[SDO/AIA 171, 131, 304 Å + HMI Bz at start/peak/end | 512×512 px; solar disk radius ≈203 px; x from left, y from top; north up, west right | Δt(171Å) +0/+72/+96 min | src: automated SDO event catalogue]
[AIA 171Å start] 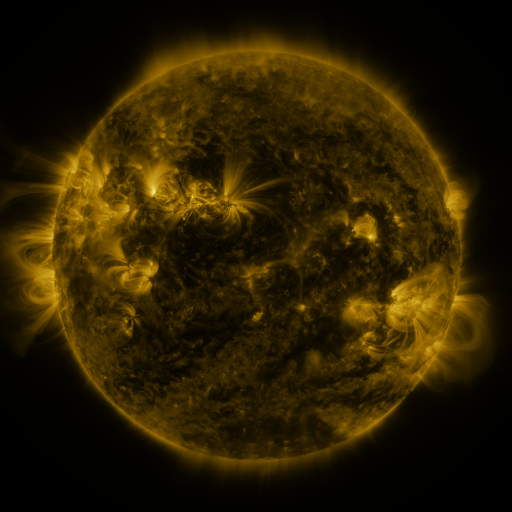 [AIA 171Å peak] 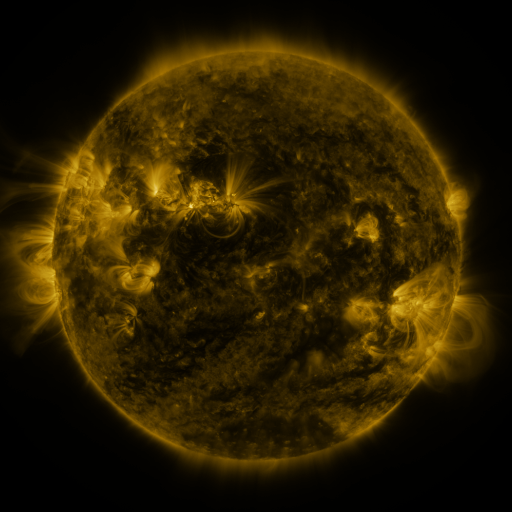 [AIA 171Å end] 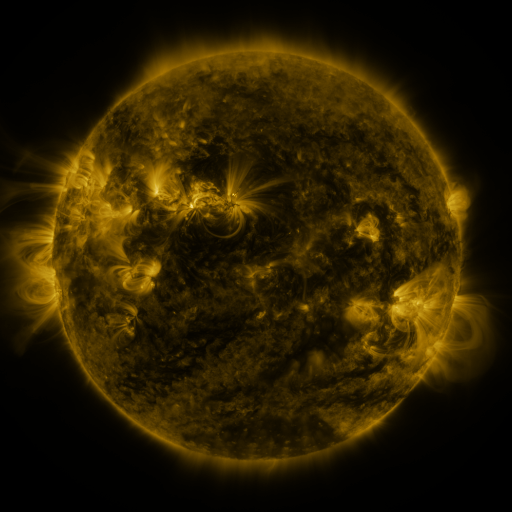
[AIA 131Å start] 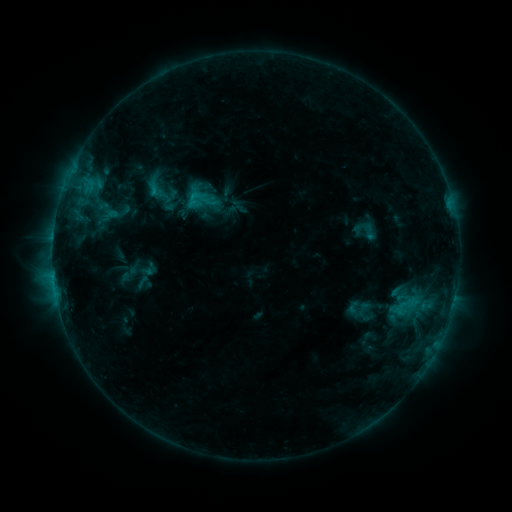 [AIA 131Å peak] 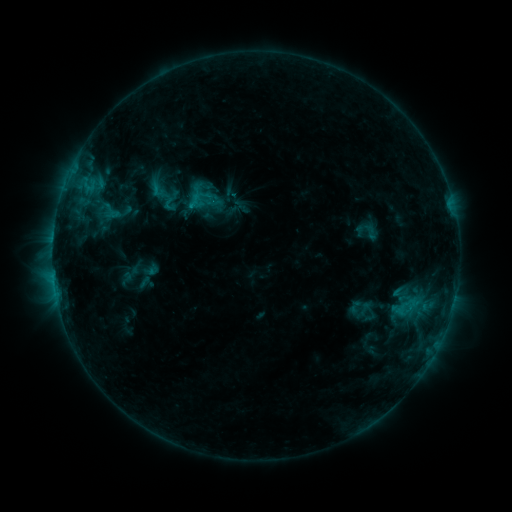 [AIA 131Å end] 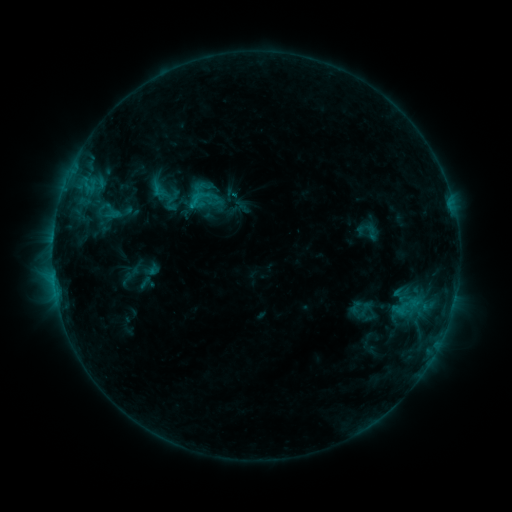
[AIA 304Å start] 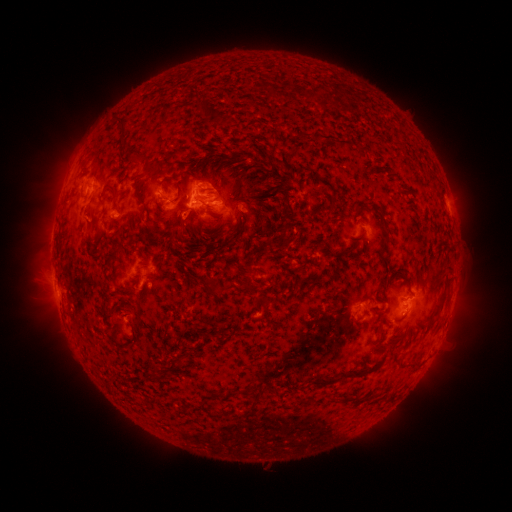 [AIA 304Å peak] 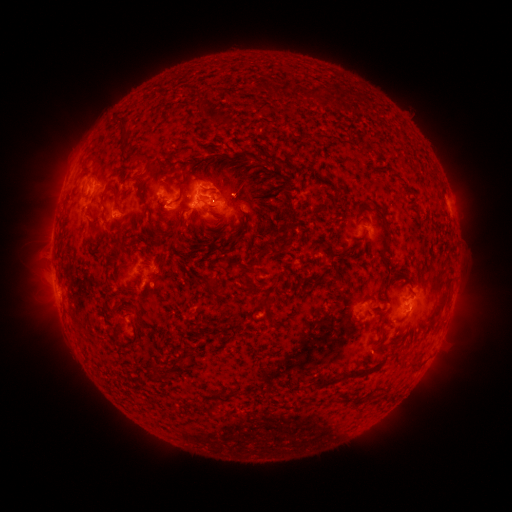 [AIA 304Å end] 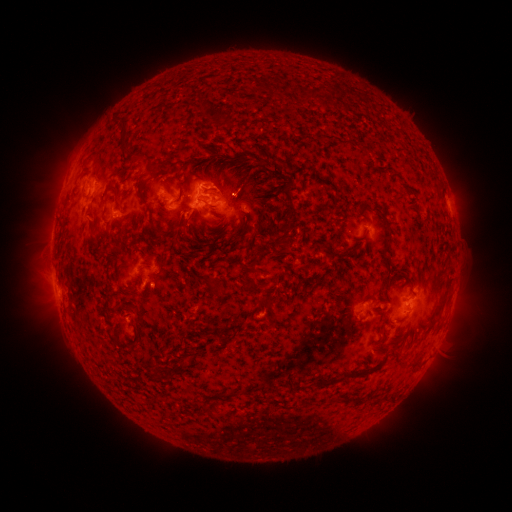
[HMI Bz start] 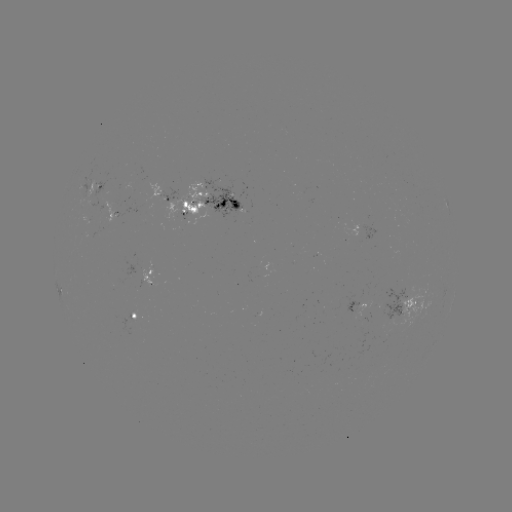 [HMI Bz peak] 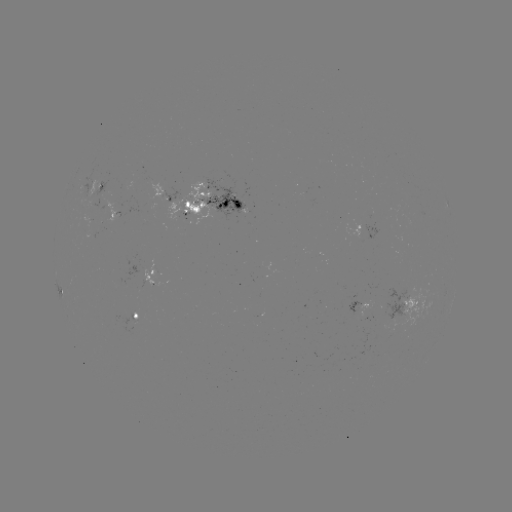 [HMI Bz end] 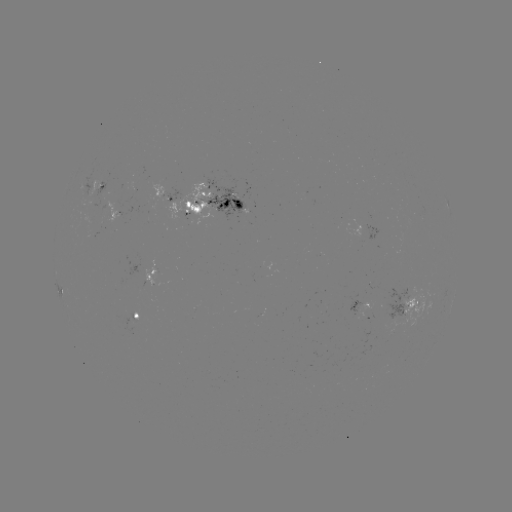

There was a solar emerging-flux region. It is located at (229, 198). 